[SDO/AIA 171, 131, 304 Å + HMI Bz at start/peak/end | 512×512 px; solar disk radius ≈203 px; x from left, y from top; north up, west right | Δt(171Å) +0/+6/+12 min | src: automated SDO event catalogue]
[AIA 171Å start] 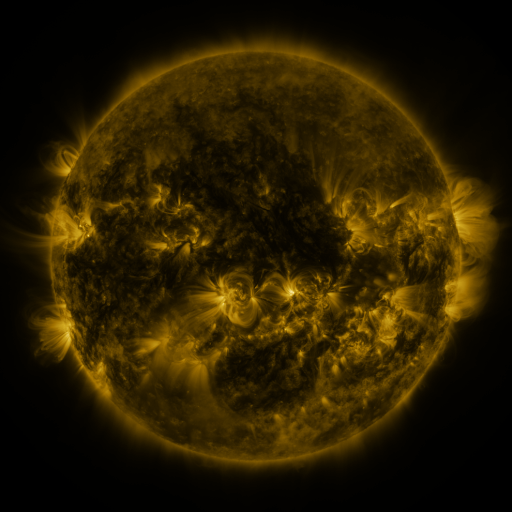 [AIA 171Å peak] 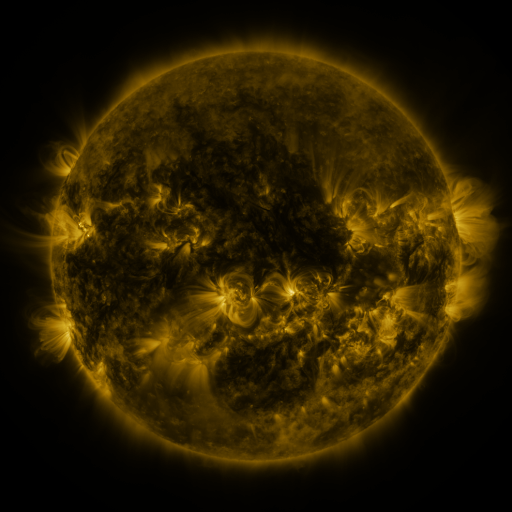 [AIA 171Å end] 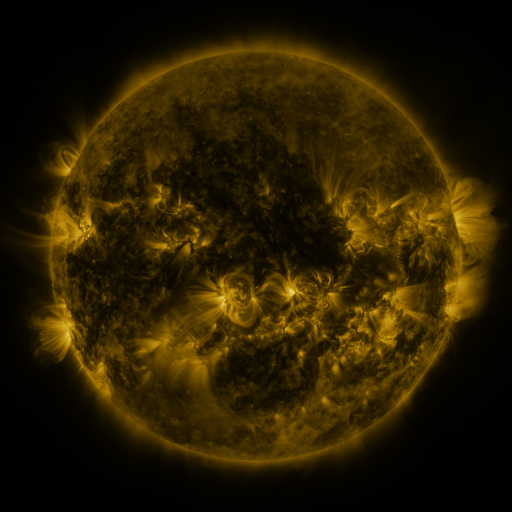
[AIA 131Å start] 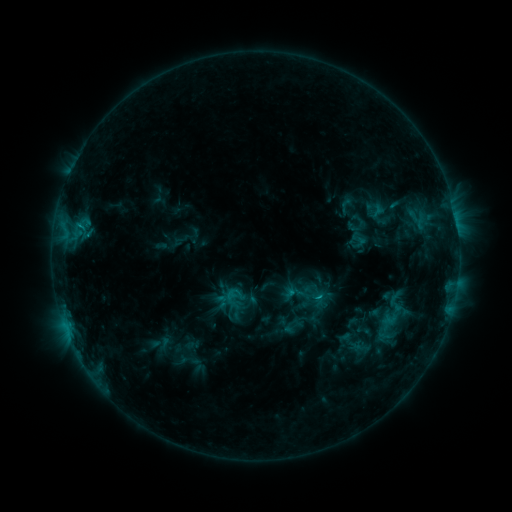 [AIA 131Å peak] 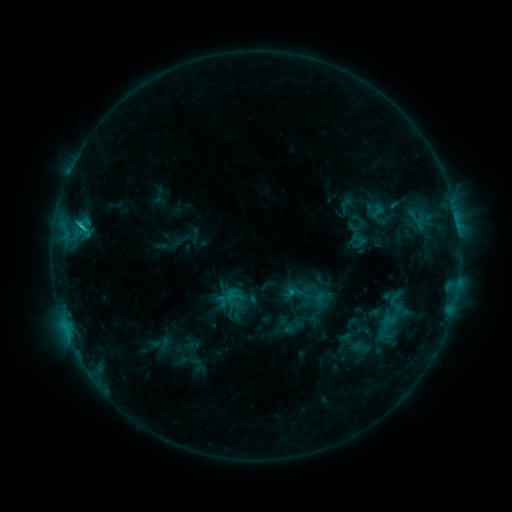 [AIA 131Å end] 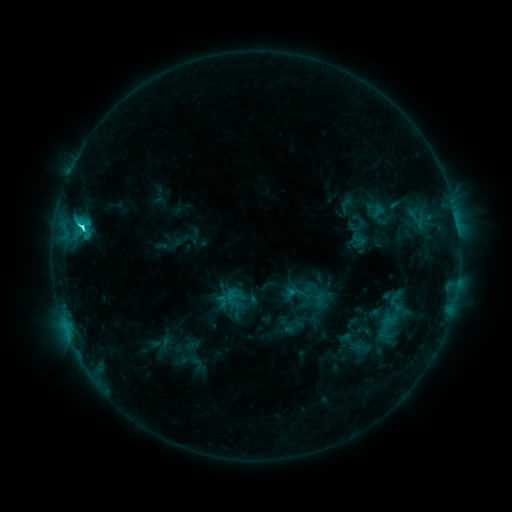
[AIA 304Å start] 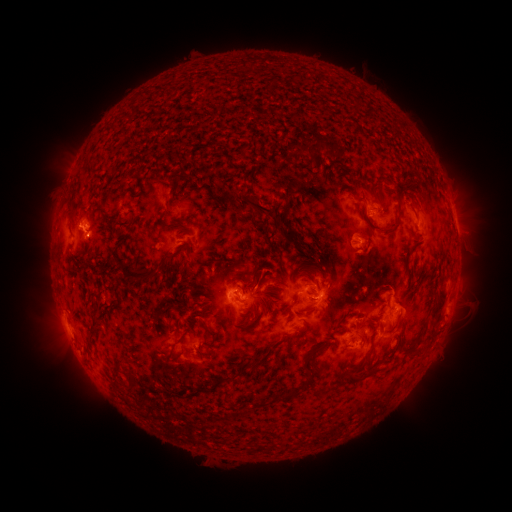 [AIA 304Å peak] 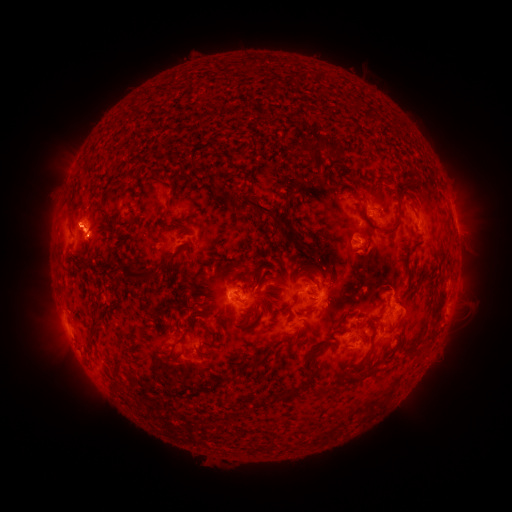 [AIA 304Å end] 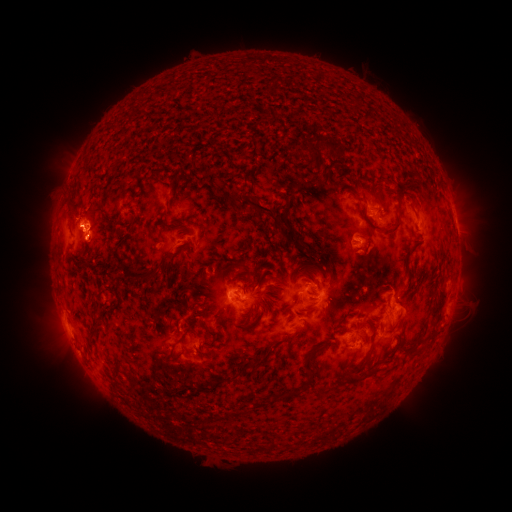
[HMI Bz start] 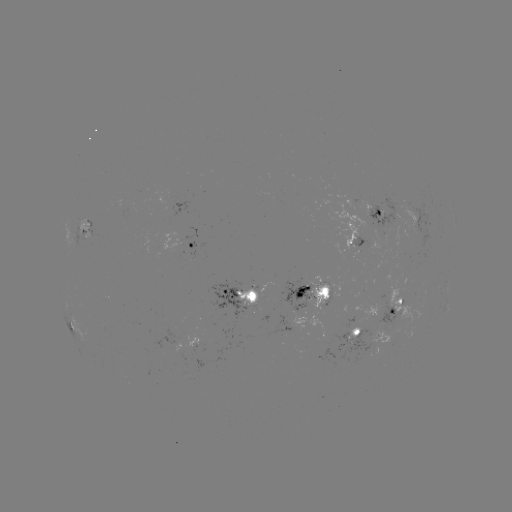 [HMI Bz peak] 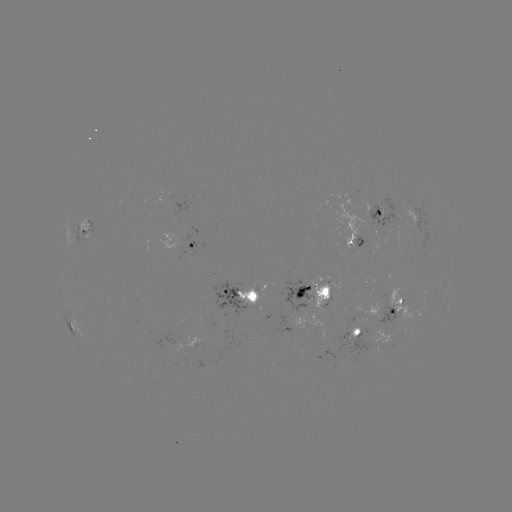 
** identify eruption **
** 77,213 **